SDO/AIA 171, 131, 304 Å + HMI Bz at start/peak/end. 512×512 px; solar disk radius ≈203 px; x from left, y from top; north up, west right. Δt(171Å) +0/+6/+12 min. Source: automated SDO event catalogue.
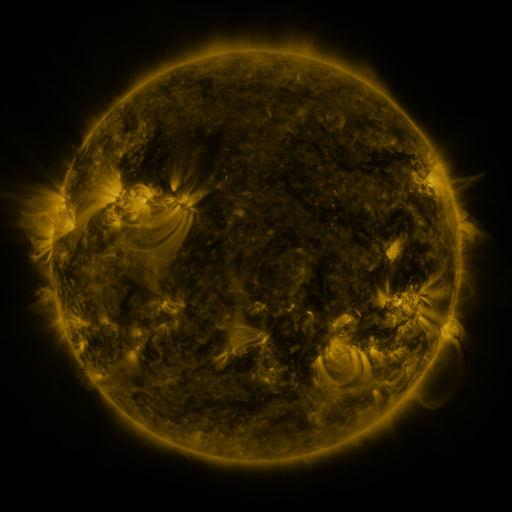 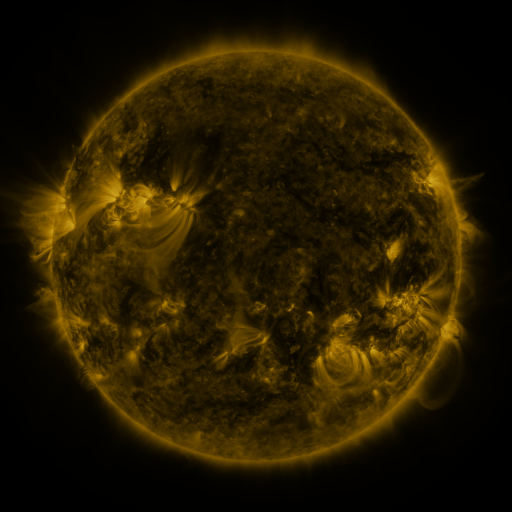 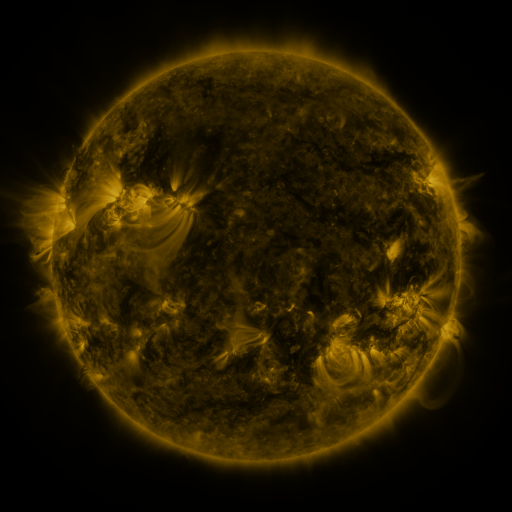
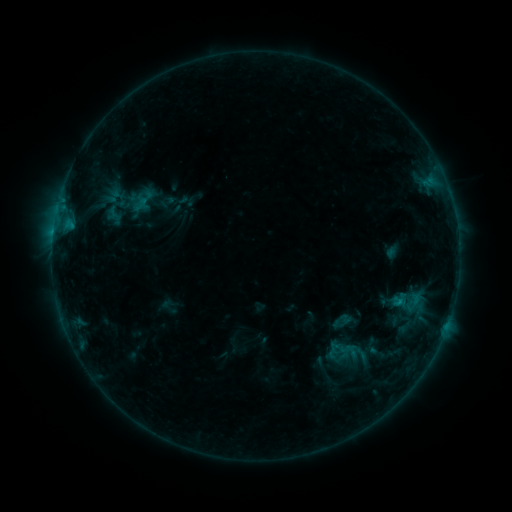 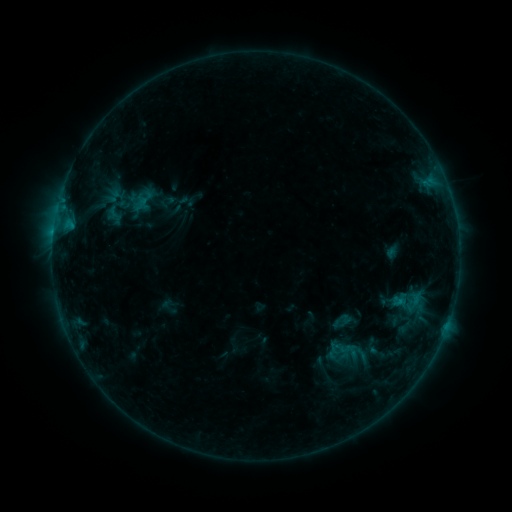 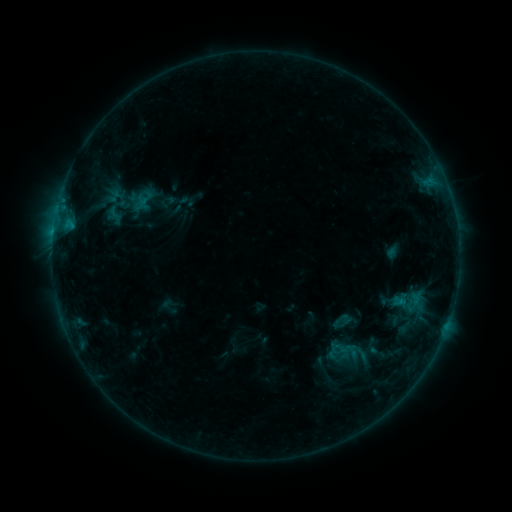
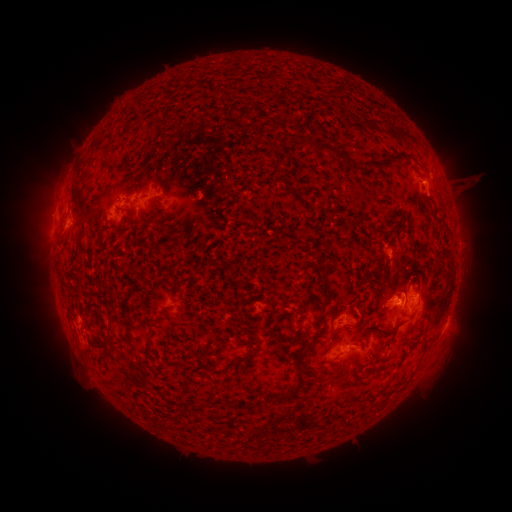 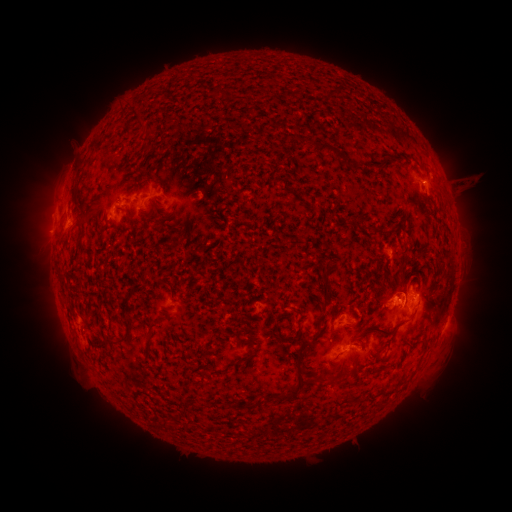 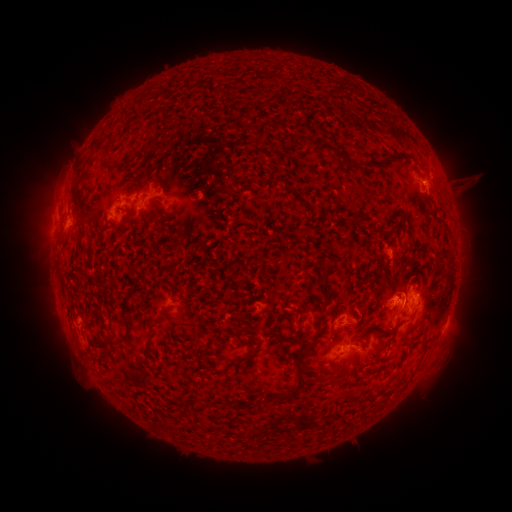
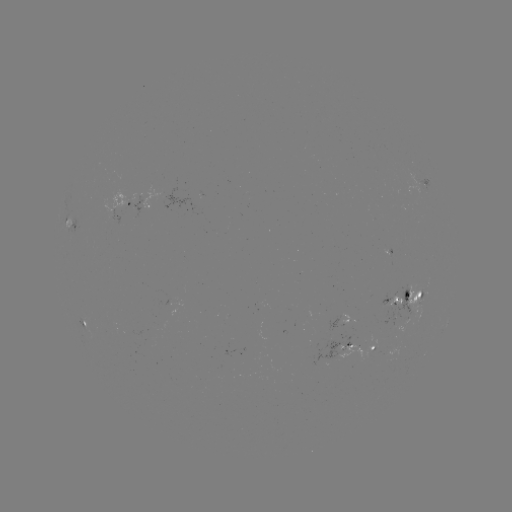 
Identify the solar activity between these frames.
no classed flare was catalogued and no EUV brightening was flagged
